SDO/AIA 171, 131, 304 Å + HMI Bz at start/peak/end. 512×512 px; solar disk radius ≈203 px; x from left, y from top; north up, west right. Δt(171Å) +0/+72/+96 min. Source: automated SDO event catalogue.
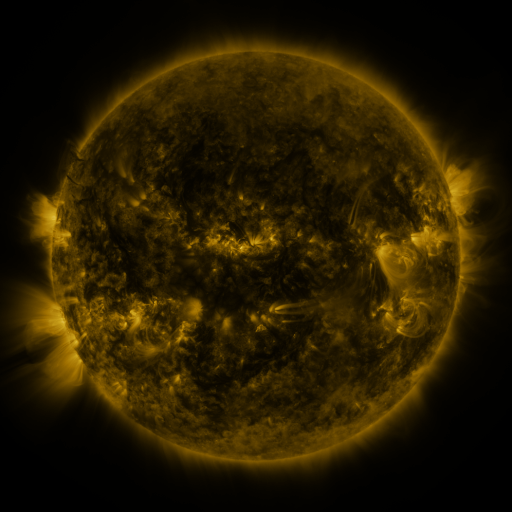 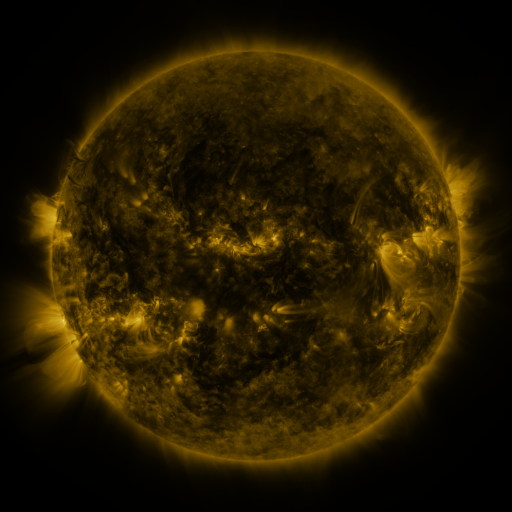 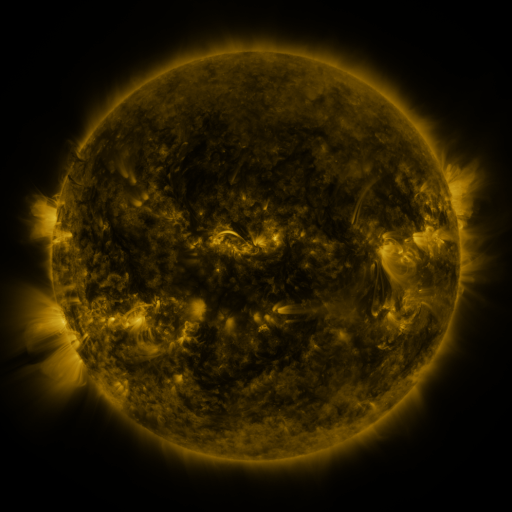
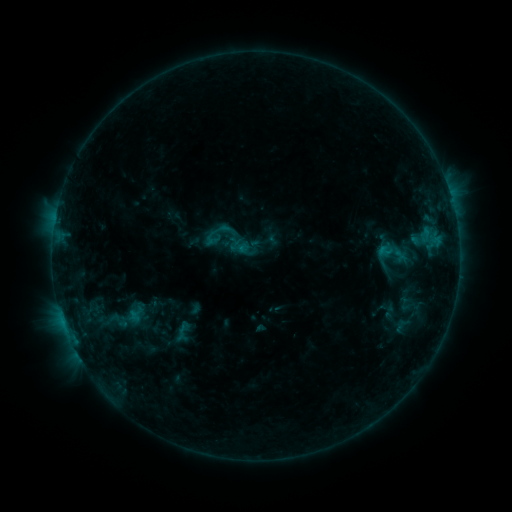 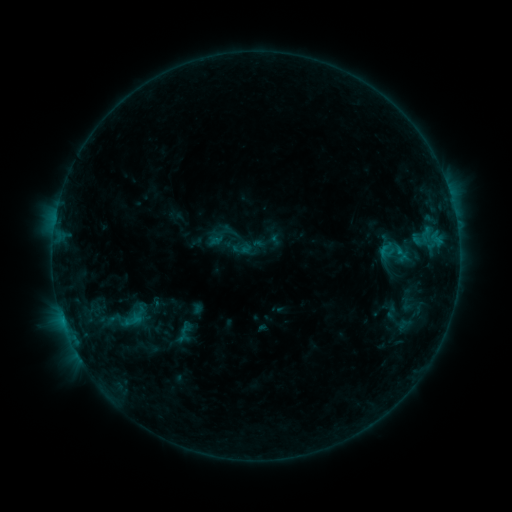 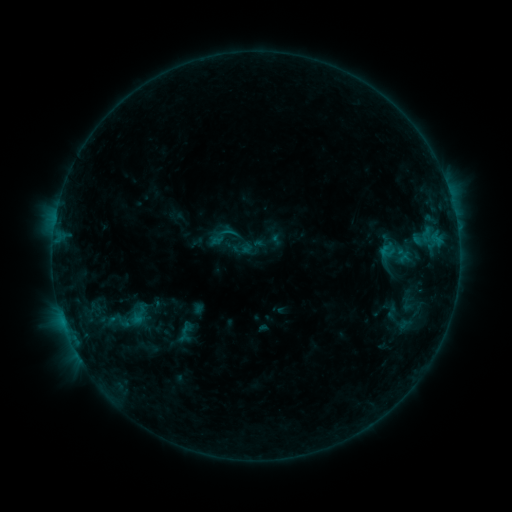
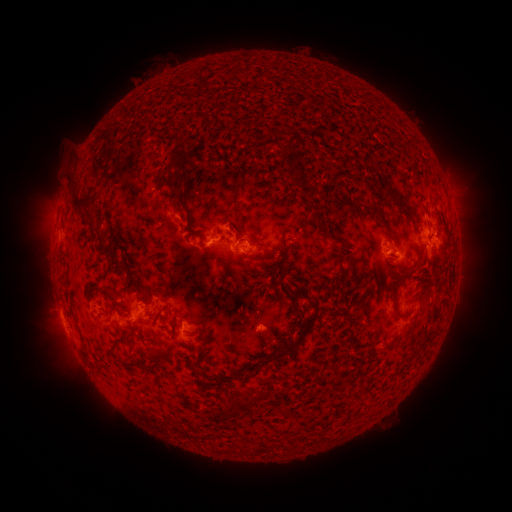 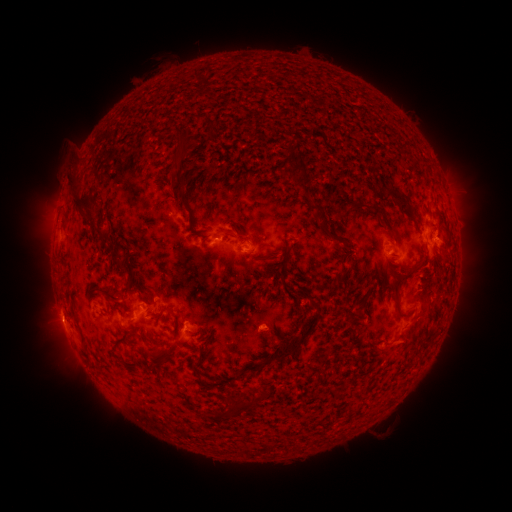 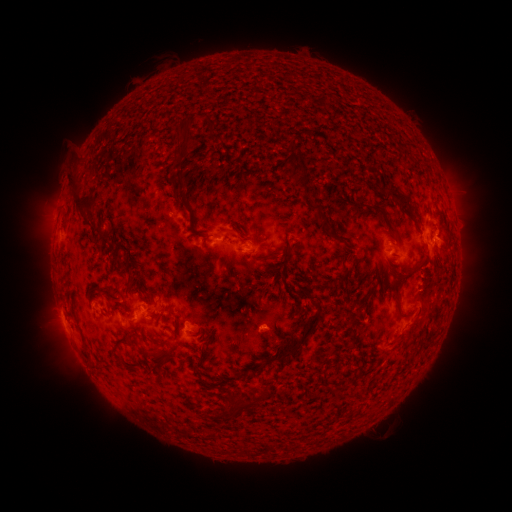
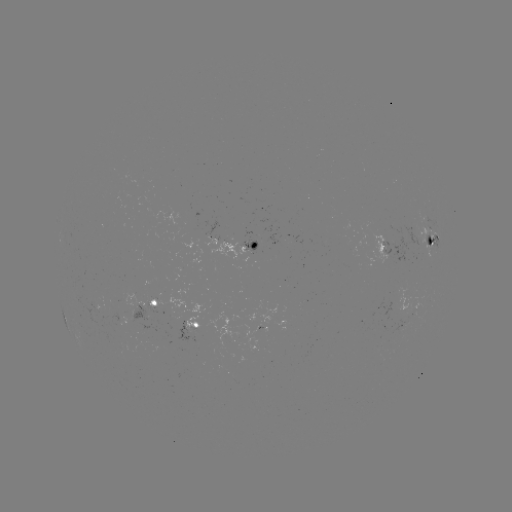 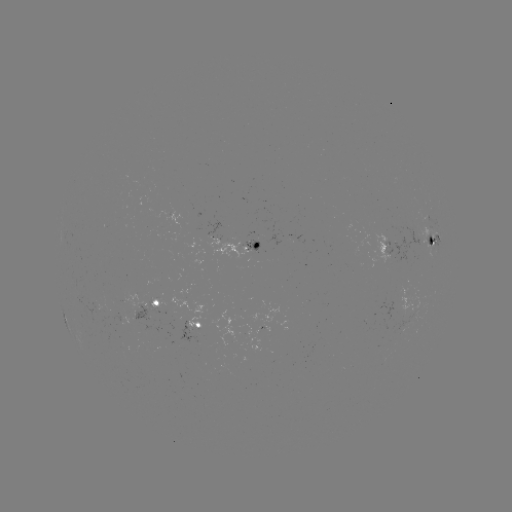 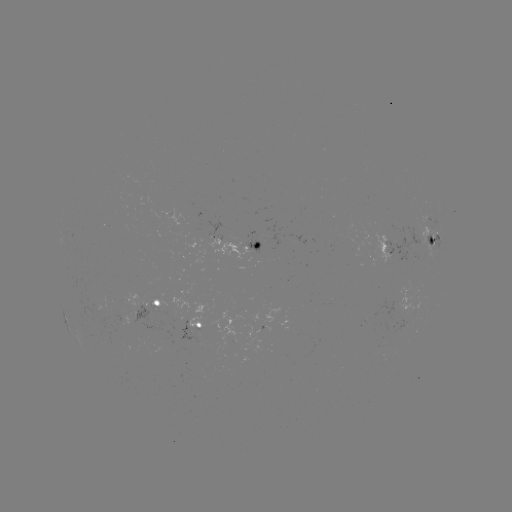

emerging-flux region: <bbox>240, 239, 259, 251</bbox>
